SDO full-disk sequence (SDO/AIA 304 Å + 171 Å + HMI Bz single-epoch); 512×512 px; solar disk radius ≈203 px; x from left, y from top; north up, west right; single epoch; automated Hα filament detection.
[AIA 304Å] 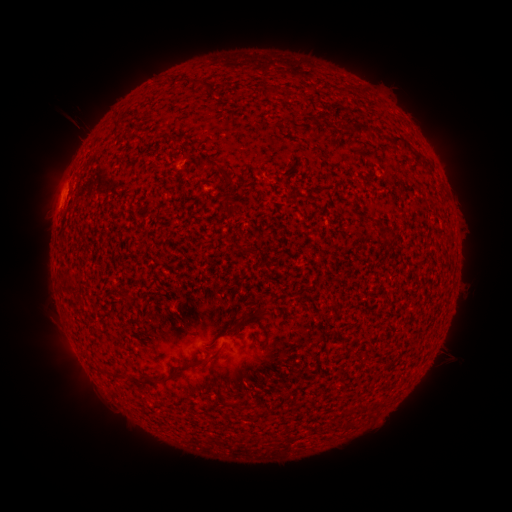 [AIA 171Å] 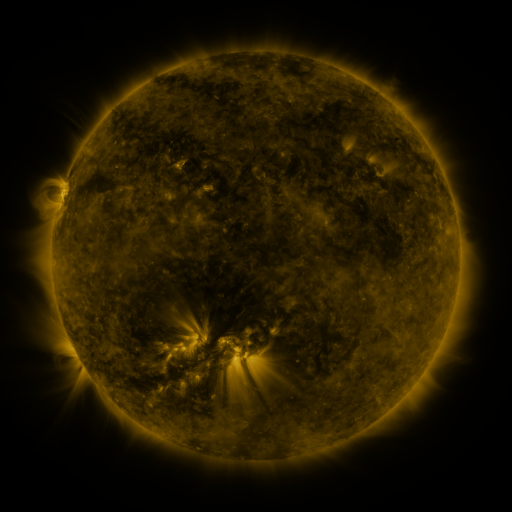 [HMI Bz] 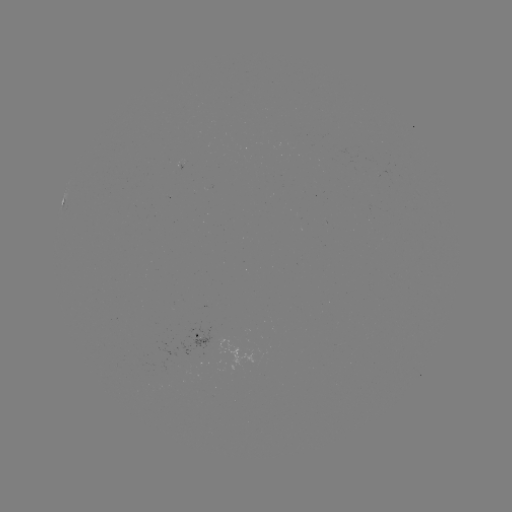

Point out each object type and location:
filament: (187, 78, 208, 89)
filament: (264, 87, 275, 99)
filament: (350, 122, 373, 135)
filament: (389, 136, 408, 151)
filament: (324, 174, 332, 184)
filament: (221, 194, 239, 213)
filament: (243, 310, 258, 319)
filament: (223, 323, 240, 335)
filament: (154, 350, 220, 384)
